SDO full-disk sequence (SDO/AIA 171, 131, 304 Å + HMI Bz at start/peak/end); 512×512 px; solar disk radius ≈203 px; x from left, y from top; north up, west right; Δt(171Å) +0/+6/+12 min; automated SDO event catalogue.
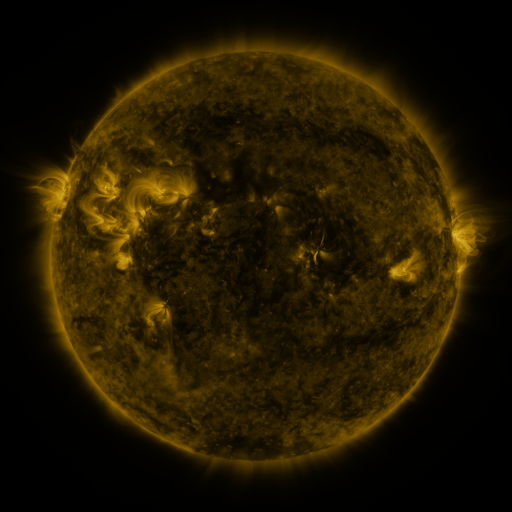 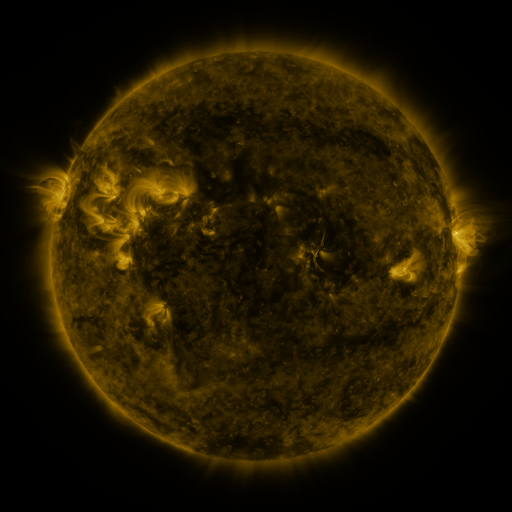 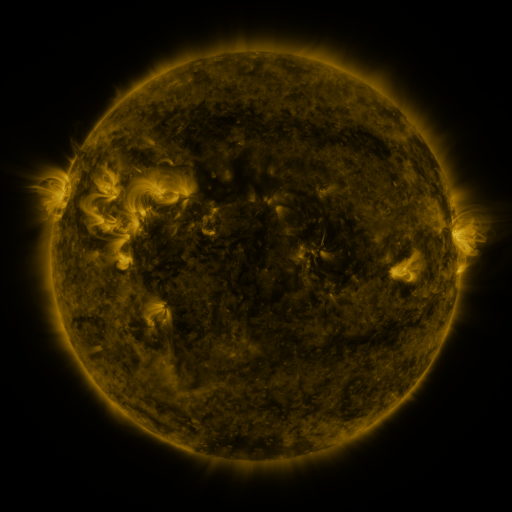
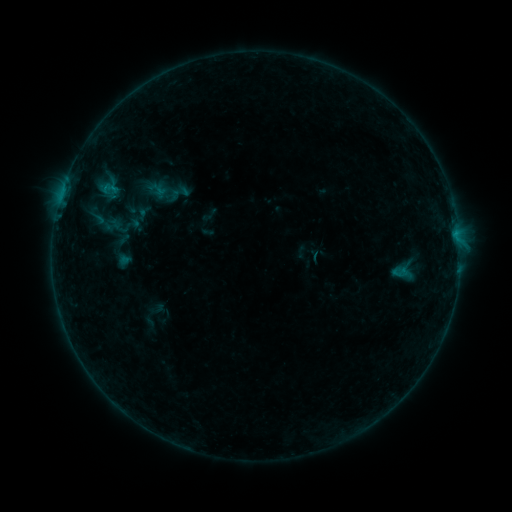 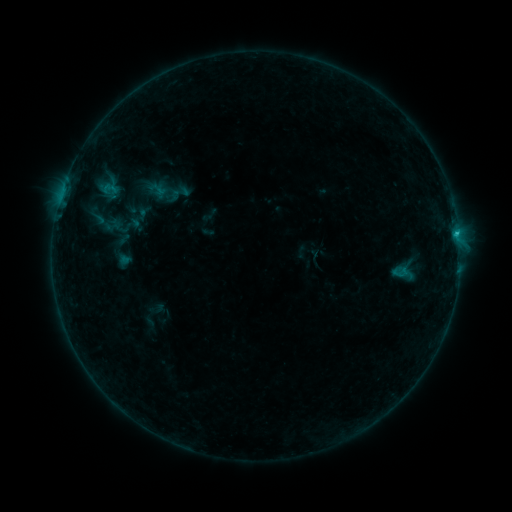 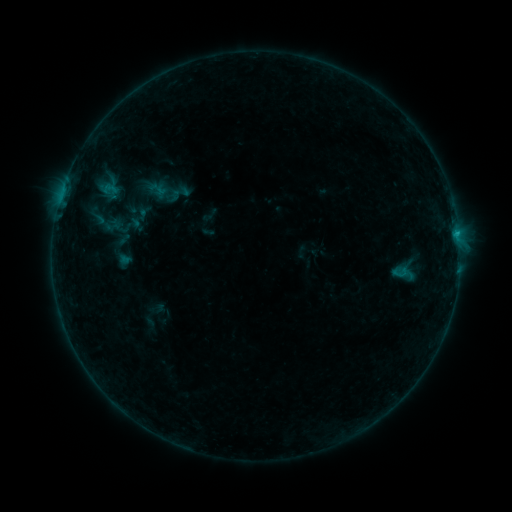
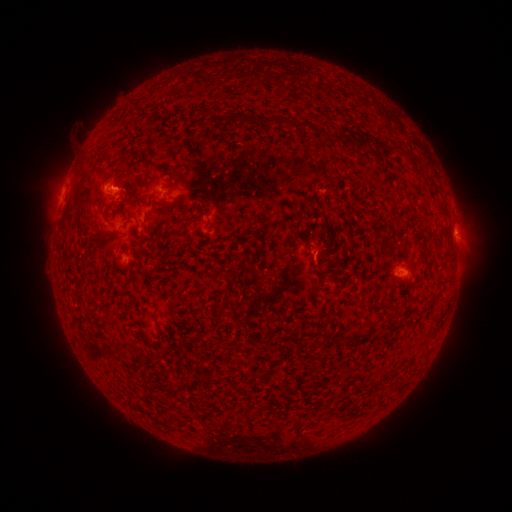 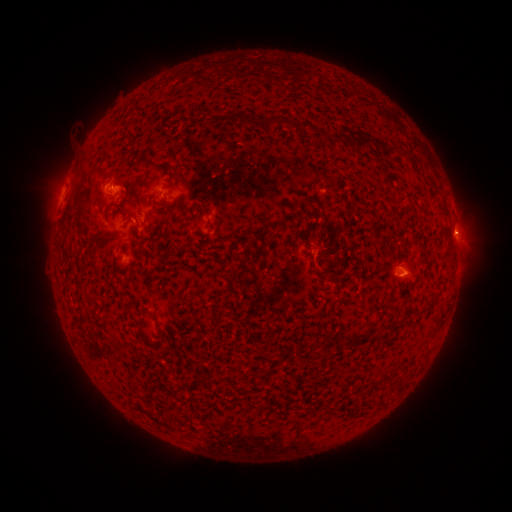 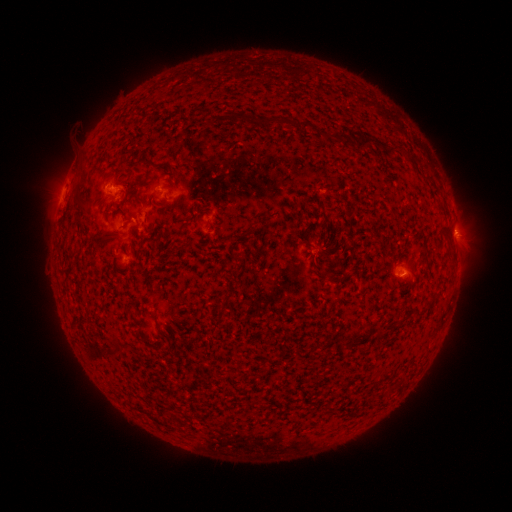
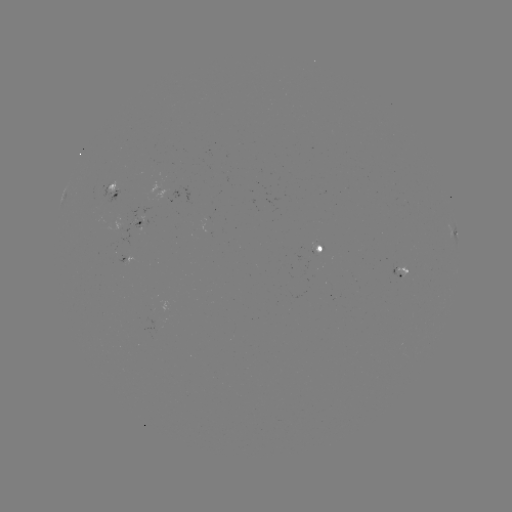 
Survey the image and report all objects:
B4.9 flare: (456, 236)
